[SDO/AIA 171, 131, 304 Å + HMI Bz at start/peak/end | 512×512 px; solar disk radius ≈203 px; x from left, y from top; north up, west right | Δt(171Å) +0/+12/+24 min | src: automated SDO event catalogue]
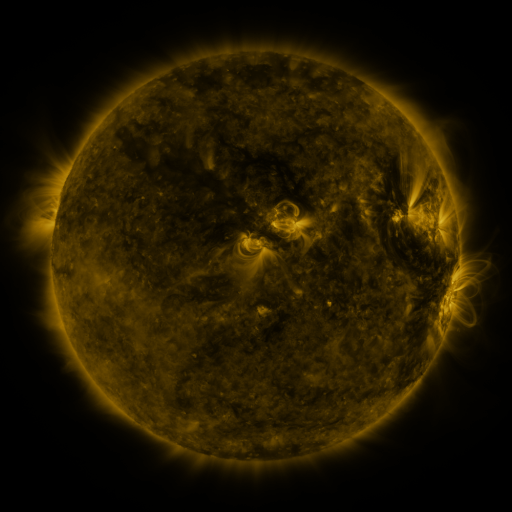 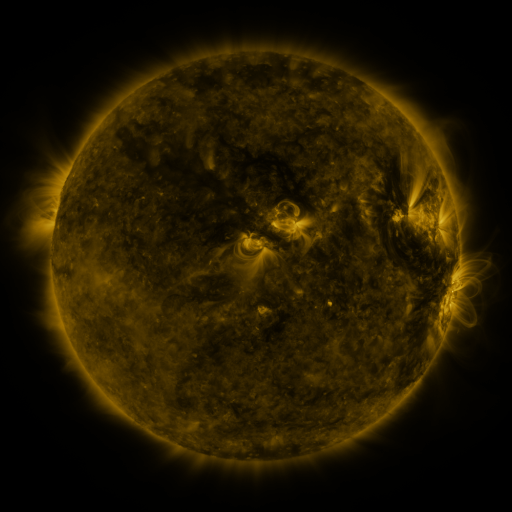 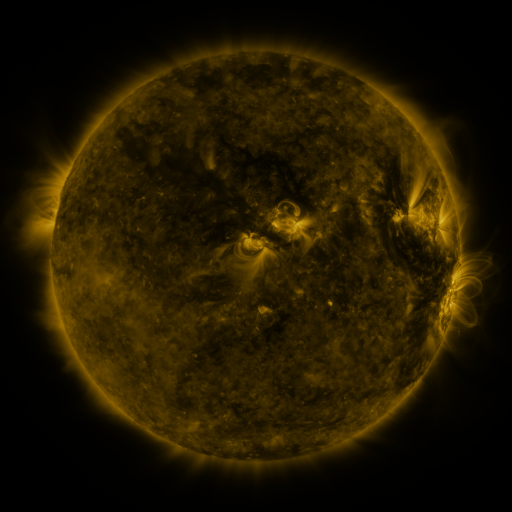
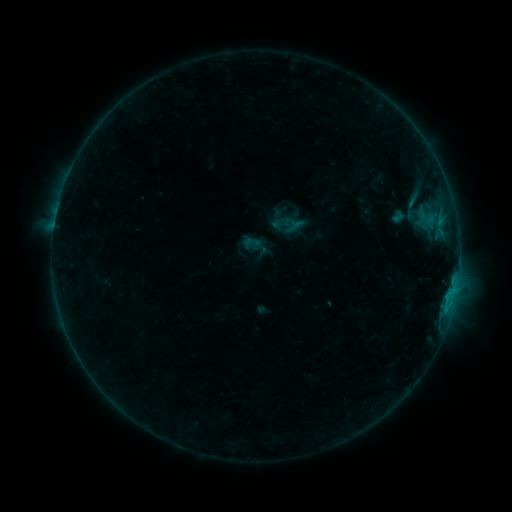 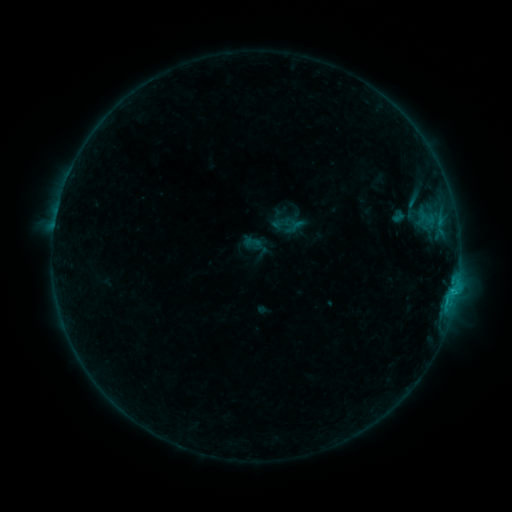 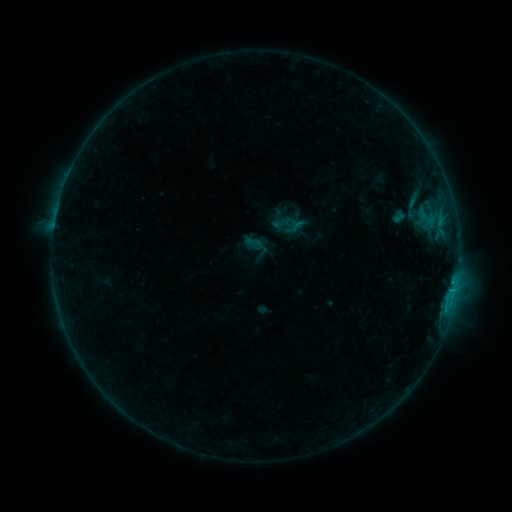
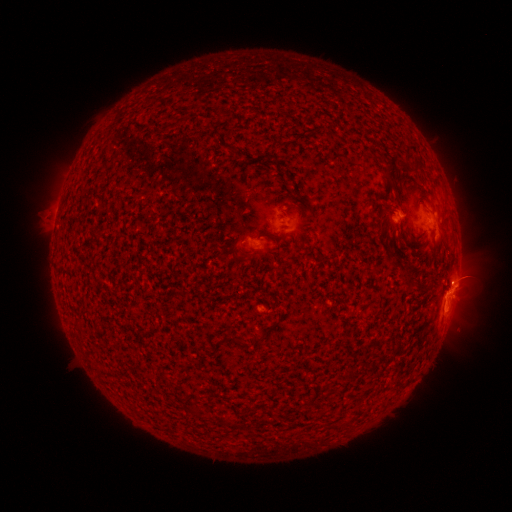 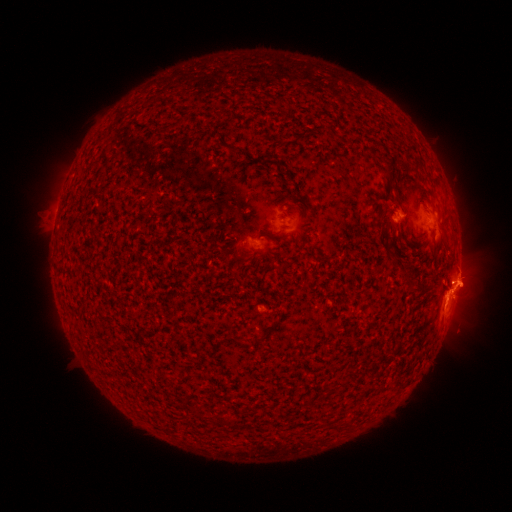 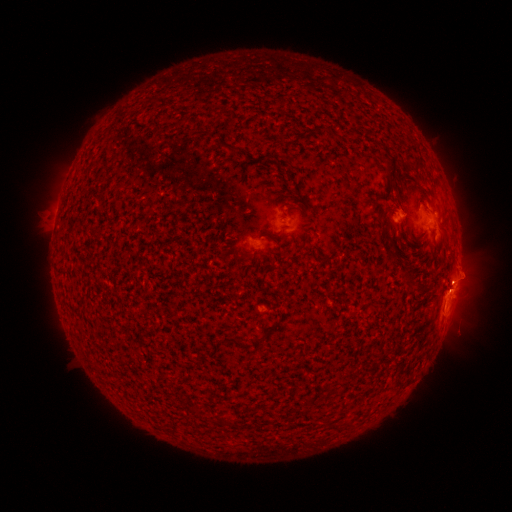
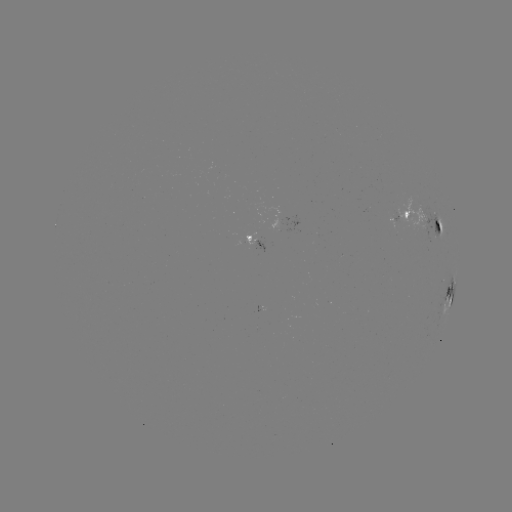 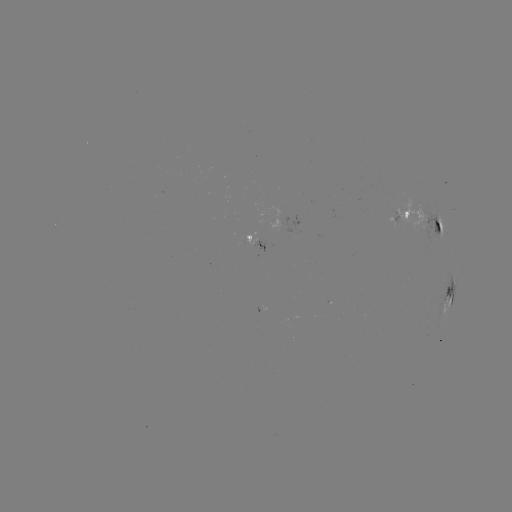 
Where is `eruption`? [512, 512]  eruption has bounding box [441, 252, 492, 311].